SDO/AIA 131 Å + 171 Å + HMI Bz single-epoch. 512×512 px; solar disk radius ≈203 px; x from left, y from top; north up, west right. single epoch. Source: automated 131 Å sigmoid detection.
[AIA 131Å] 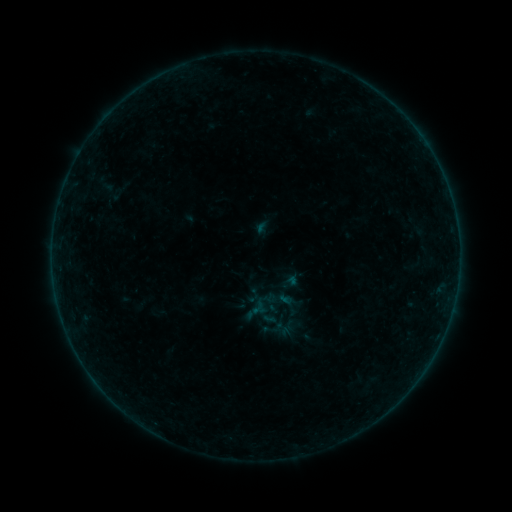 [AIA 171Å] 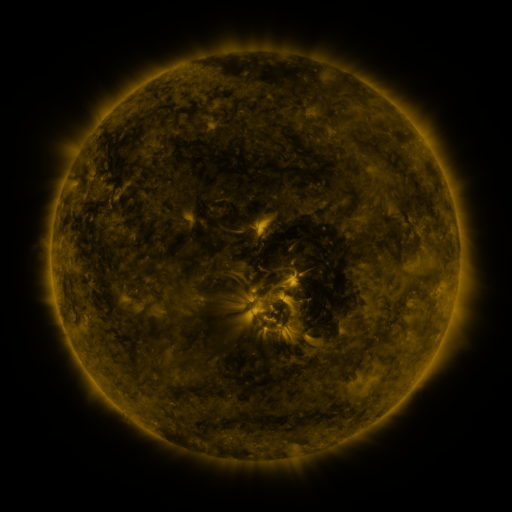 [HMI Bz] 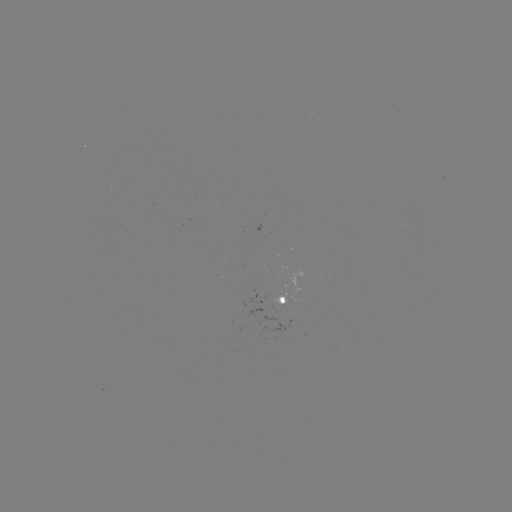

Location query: sigmoid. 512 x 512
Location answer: [290, 305].